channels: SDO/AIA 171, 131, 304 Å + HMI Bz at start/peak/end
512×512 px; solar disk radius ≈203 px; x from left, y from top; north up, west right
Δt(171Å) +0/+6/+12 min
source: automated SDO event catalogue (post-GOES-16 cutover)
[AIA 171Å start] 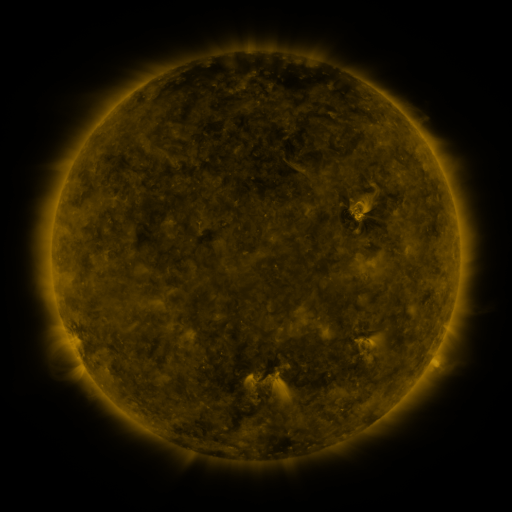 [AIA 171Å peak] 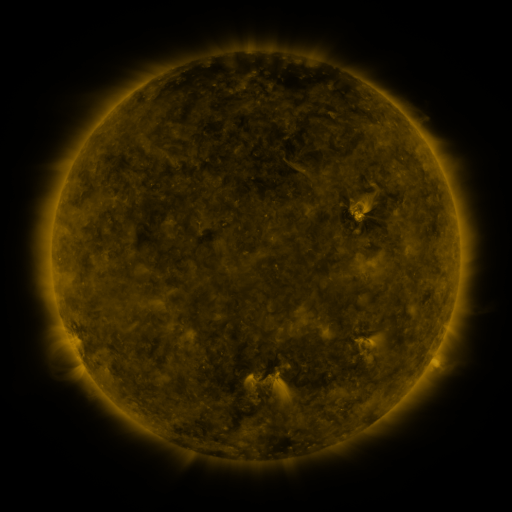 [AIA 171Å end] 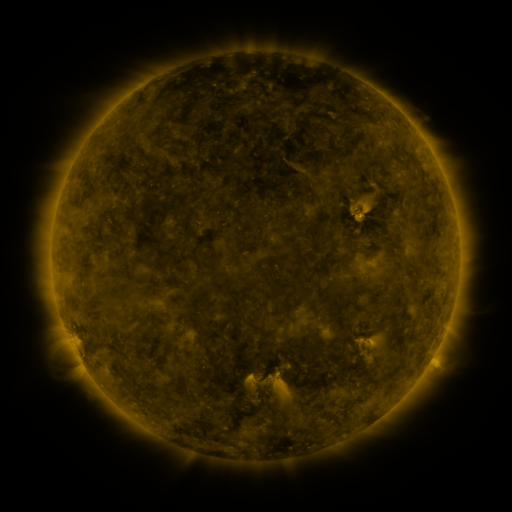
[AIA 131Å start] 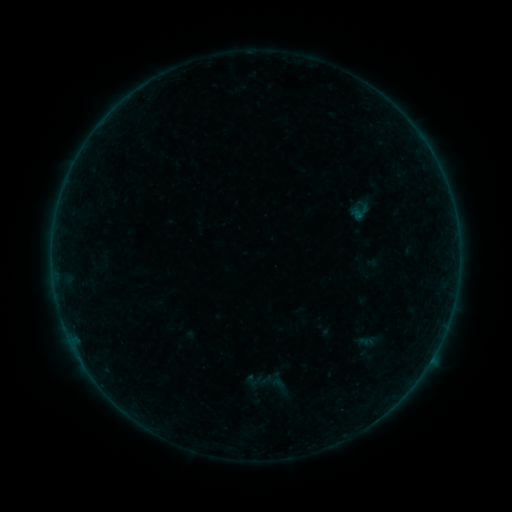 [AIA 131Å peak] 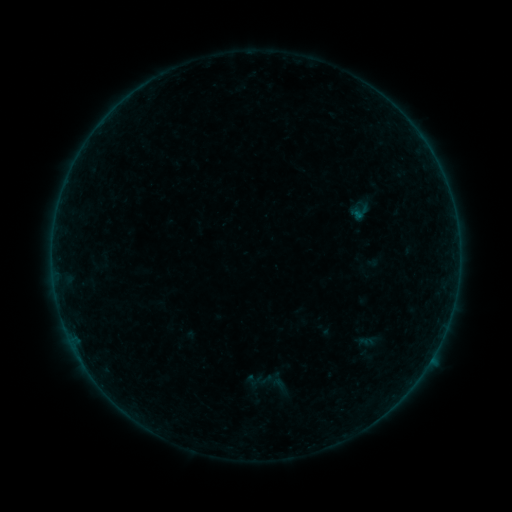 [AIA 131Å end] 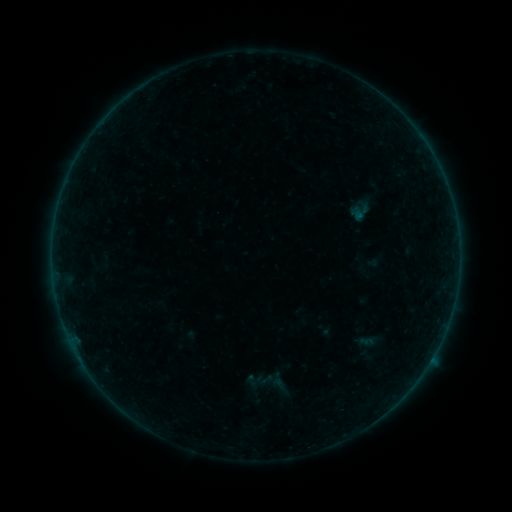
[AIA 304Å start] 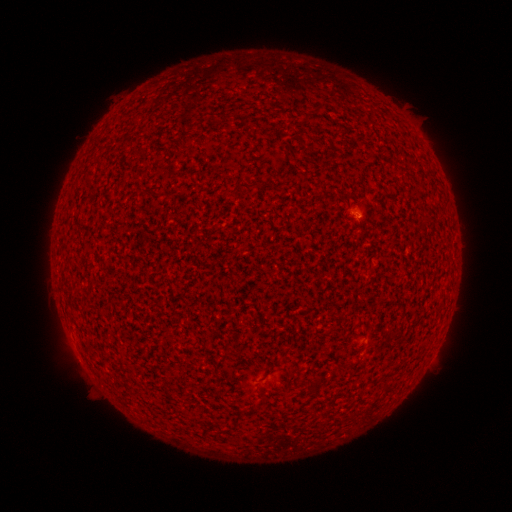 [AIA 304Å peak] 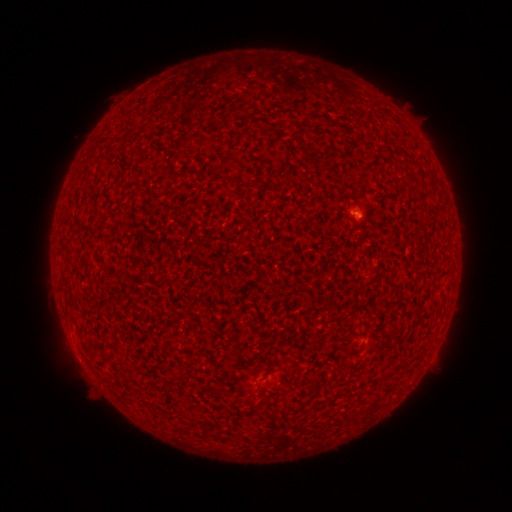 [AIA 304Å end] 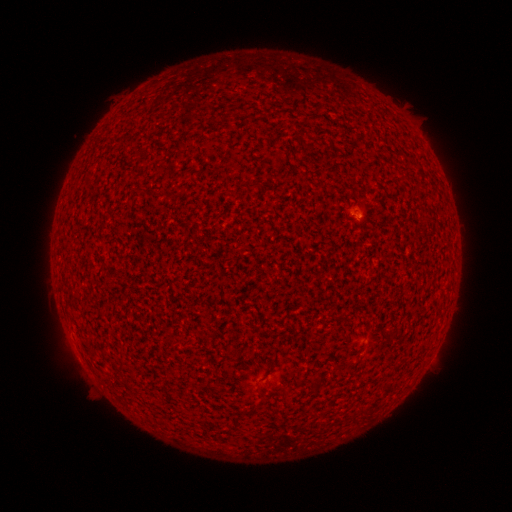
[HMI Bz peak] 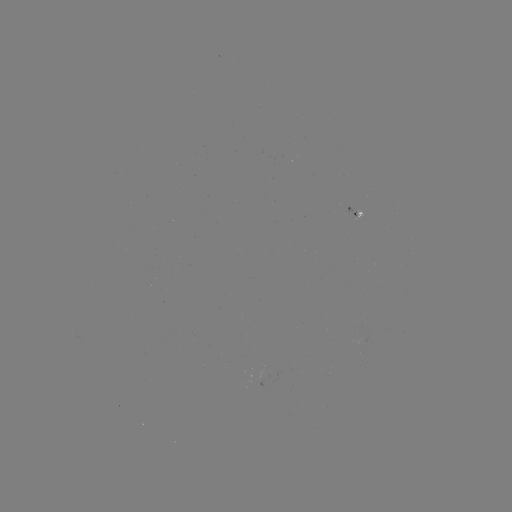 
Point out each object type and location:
A5.8 flare: (356, 216)
